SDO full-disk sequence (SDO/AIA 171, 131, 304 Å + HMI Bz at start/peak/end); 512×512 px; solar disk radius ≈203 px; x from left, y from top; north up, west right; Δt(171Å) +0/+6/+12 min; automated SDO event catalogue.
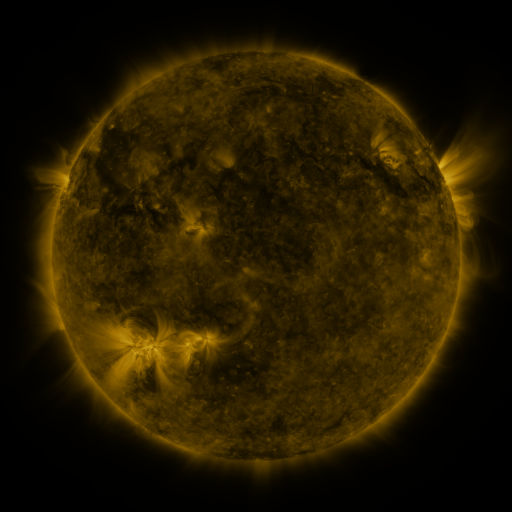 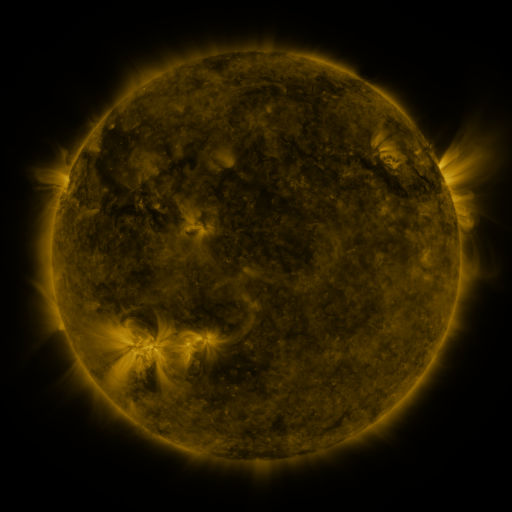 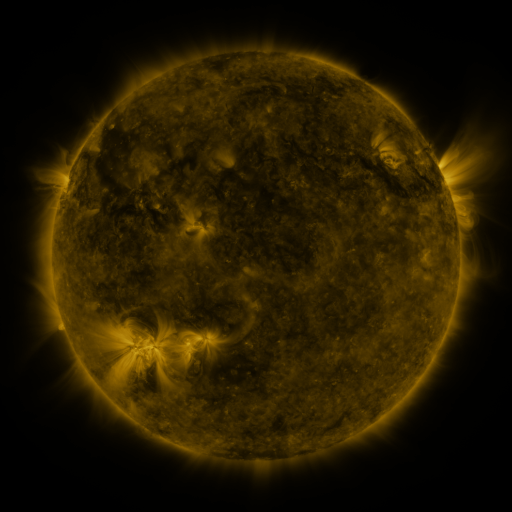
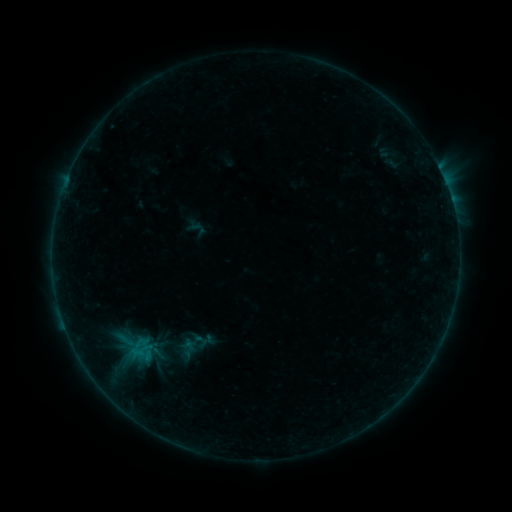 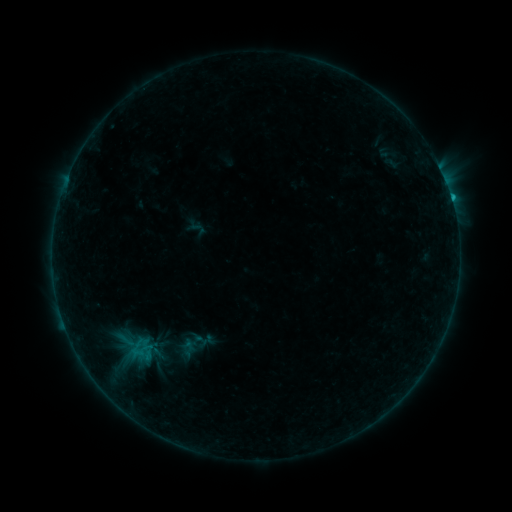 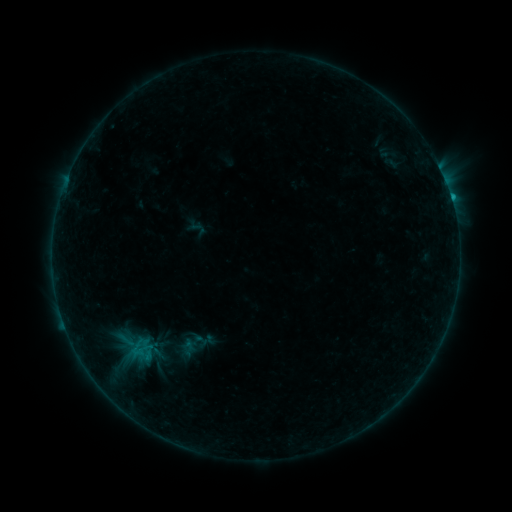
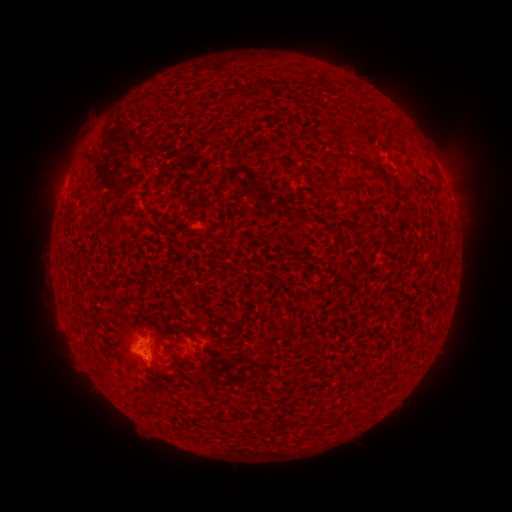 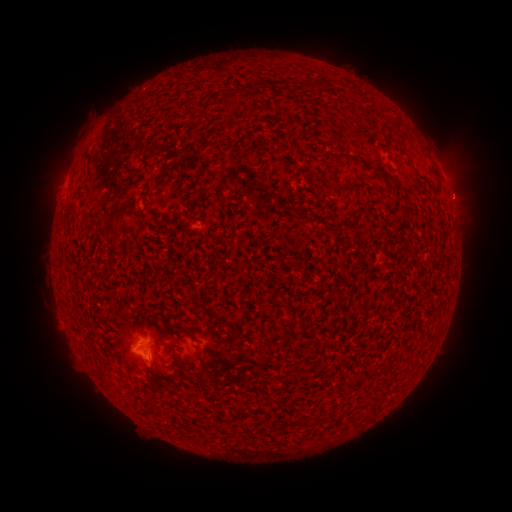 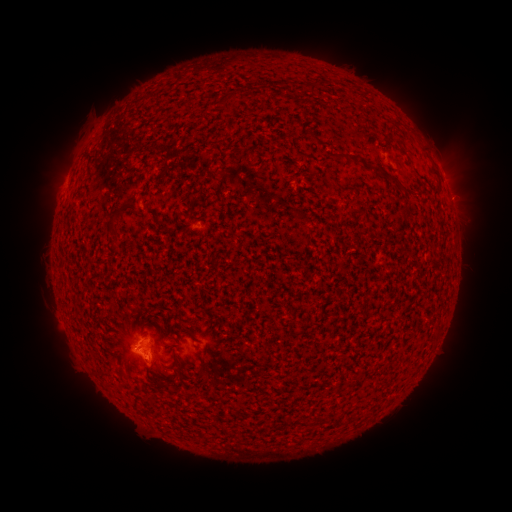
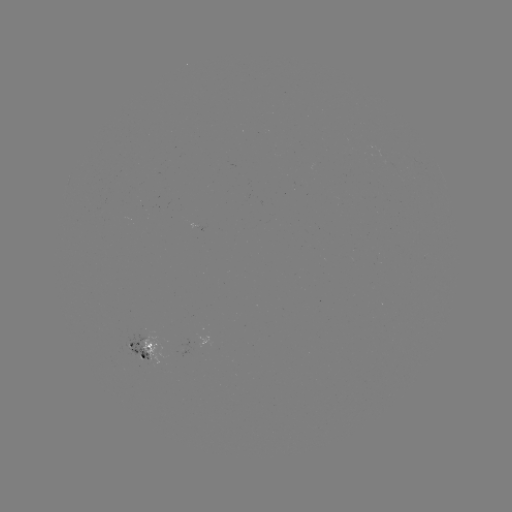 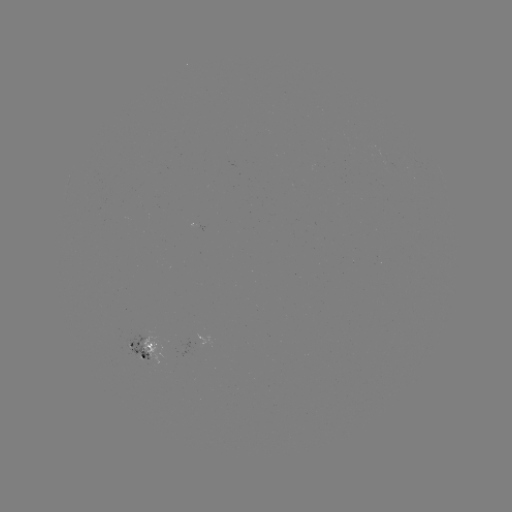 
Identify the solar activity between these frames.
eruption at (461, 182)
